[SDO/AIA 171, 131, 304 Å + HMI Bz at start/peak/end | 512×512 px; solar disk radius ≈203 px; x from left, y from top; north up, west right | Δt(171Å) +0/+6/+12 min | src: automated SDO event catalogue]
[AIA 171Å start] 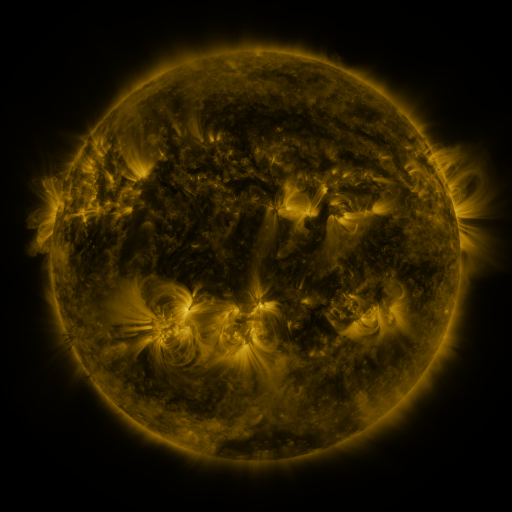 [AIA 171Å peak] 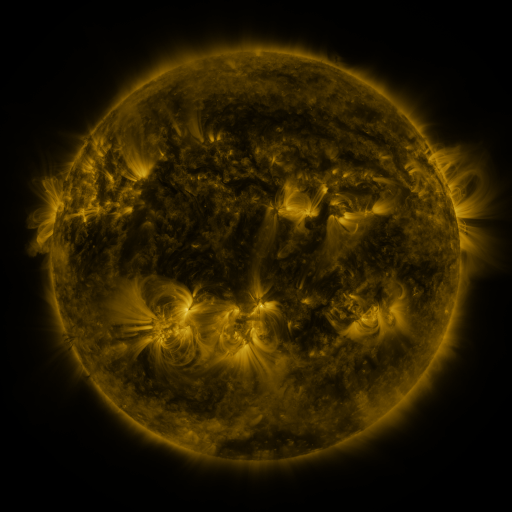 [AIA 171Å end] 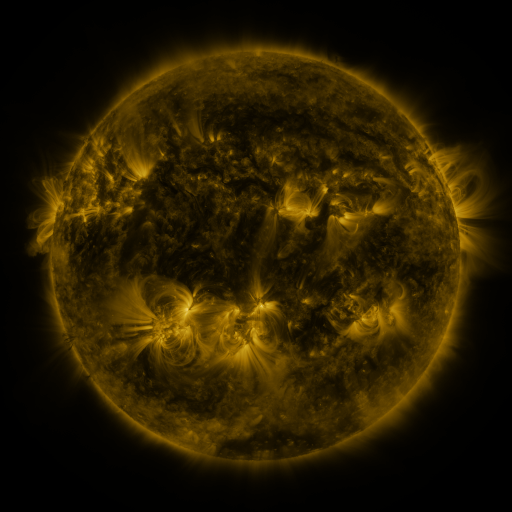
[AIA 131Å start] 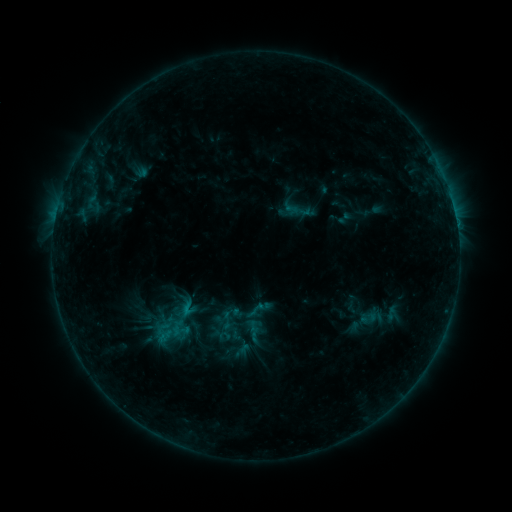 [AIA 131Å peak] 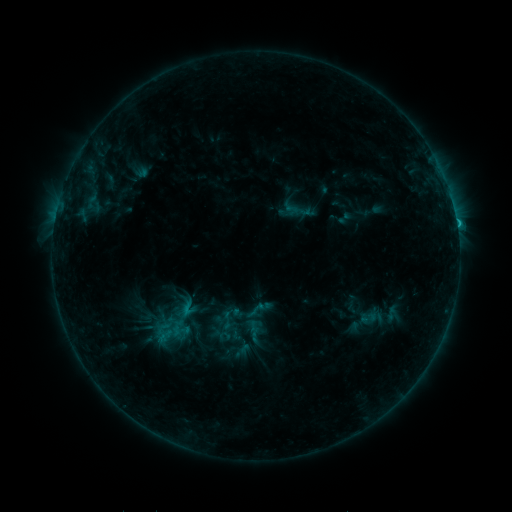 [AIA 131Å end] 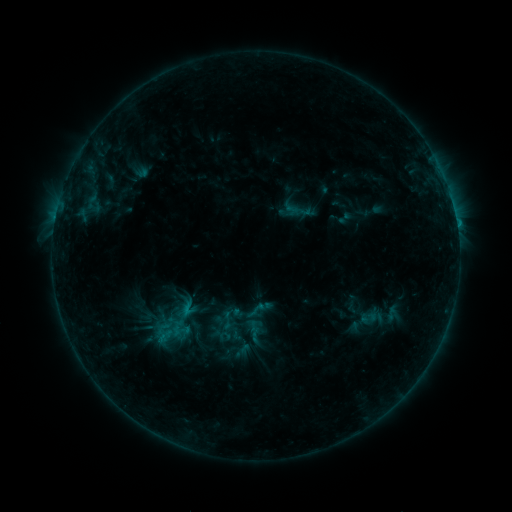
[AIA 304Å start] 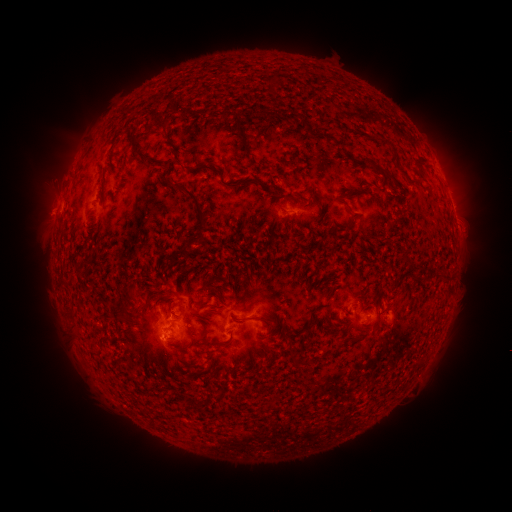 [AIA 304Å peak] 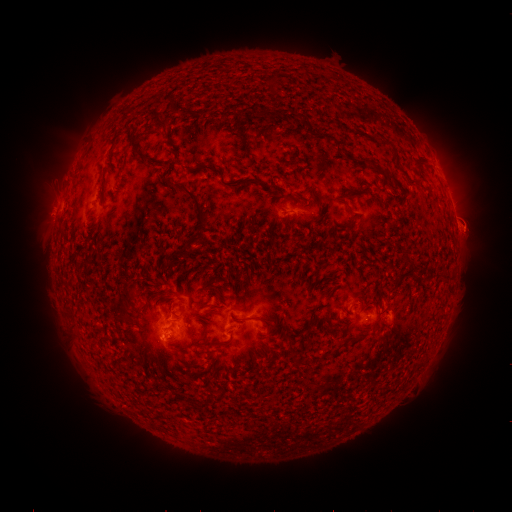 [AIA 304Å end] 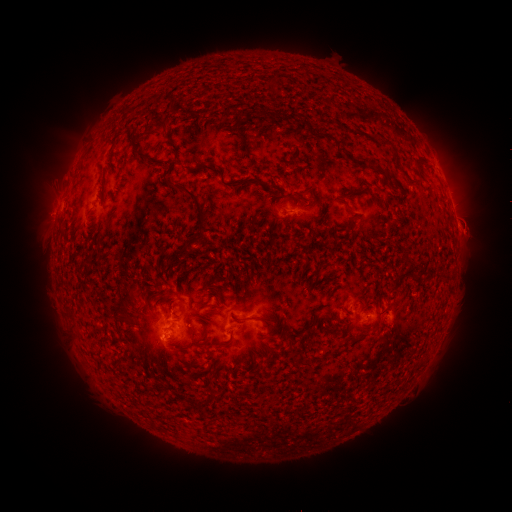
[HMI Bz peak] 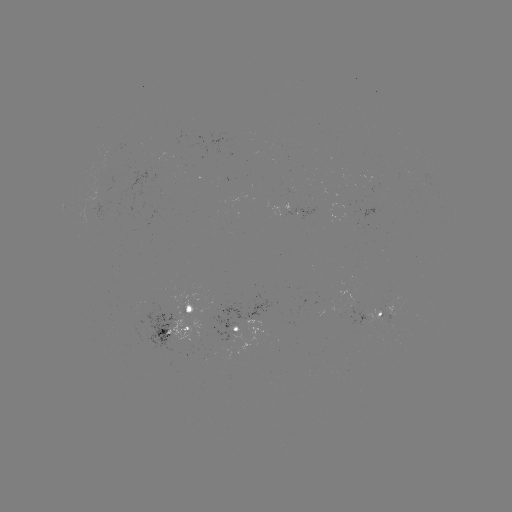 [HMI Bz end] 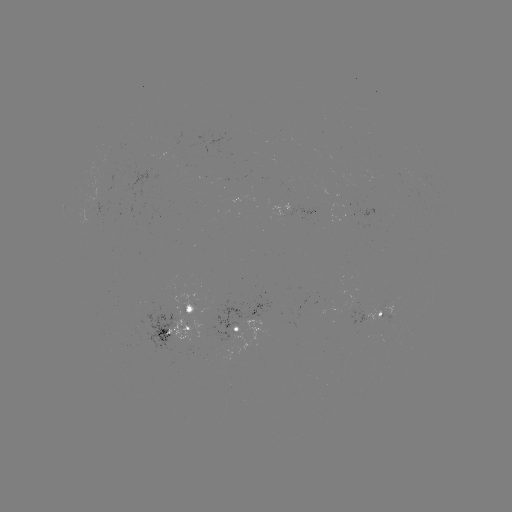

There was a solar flare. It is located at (457, 227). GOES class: B8.9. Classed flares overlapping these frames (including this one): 1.